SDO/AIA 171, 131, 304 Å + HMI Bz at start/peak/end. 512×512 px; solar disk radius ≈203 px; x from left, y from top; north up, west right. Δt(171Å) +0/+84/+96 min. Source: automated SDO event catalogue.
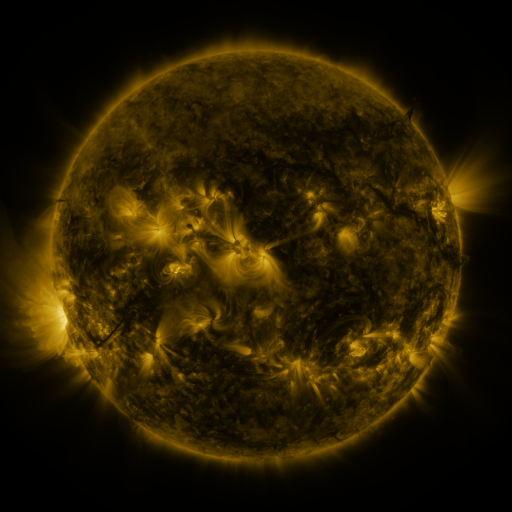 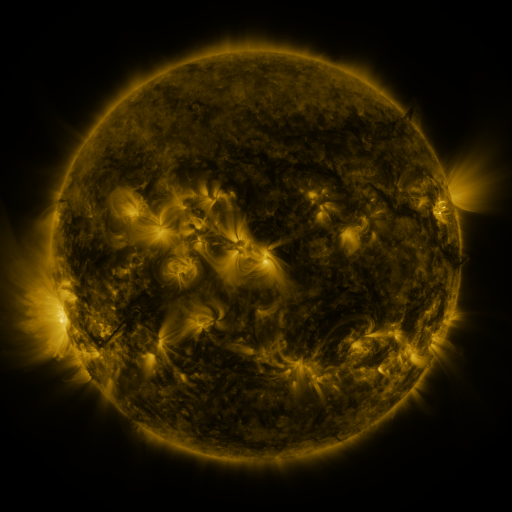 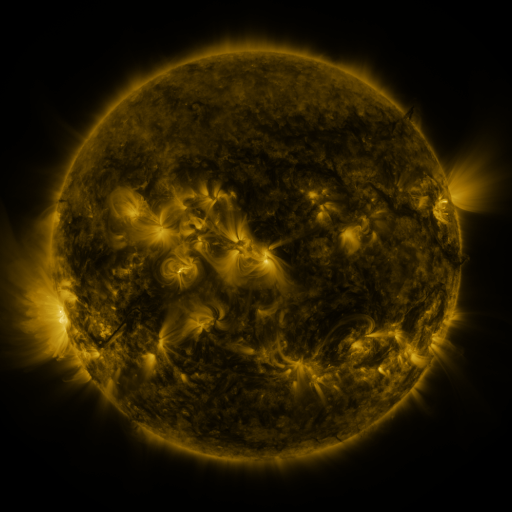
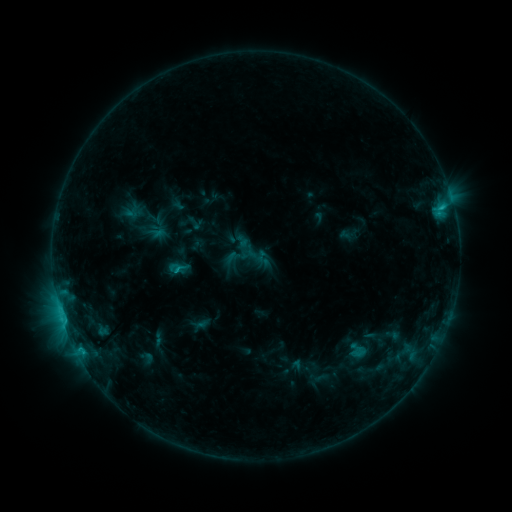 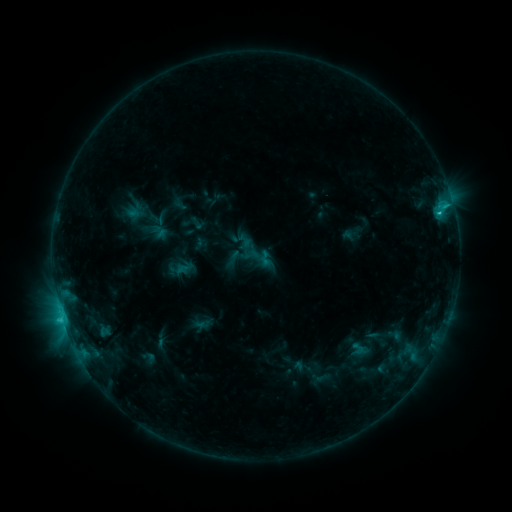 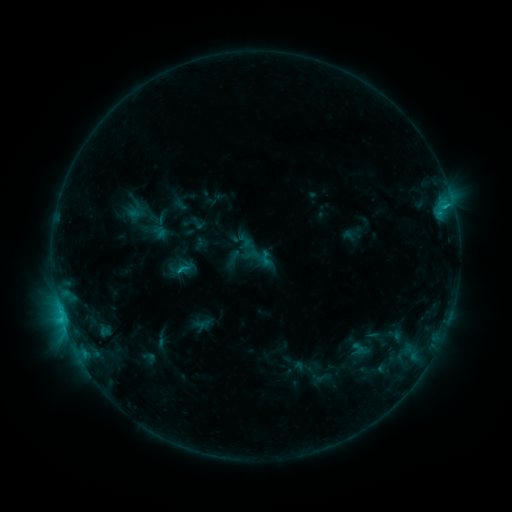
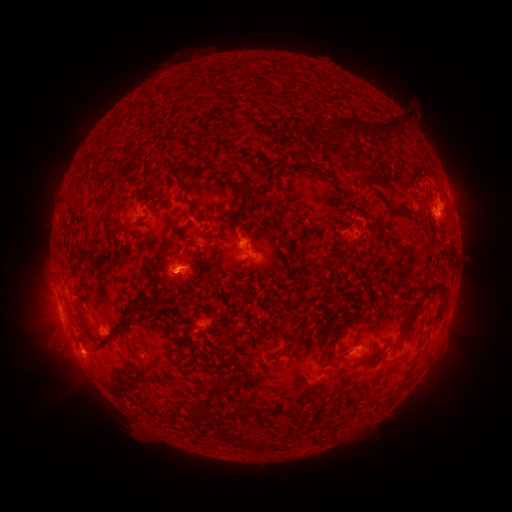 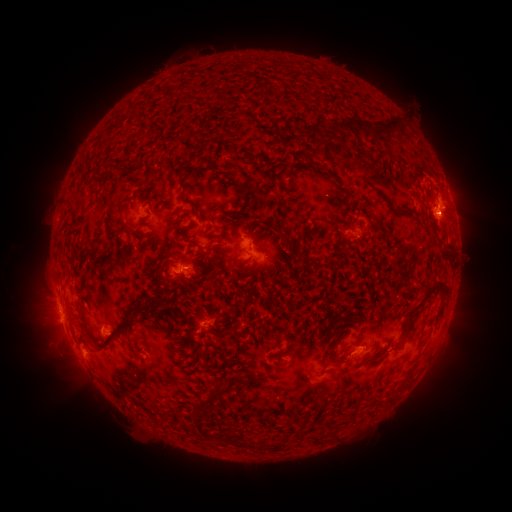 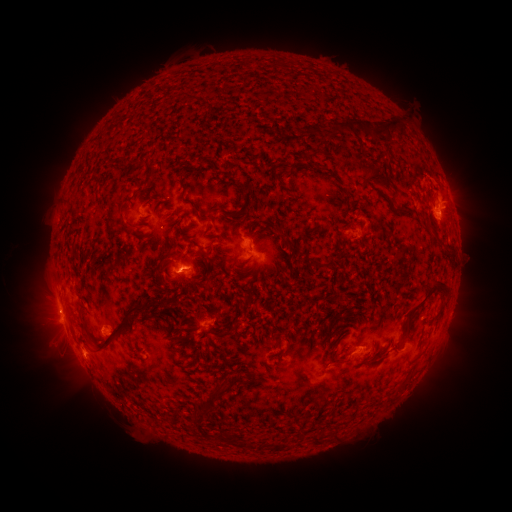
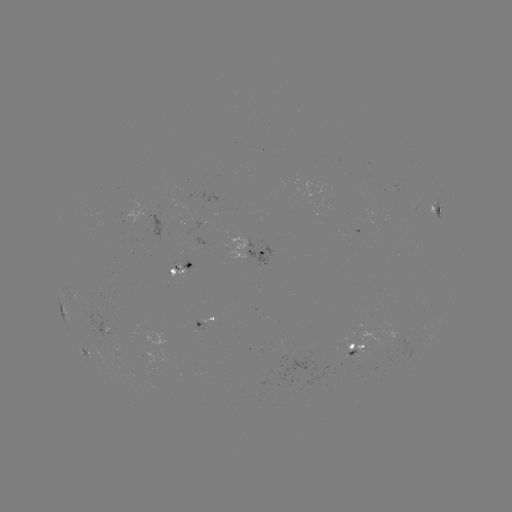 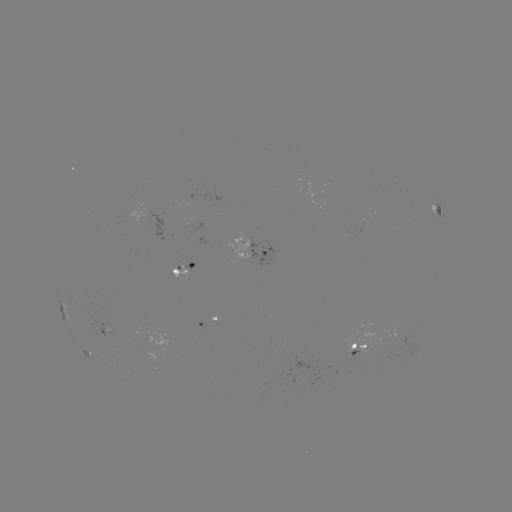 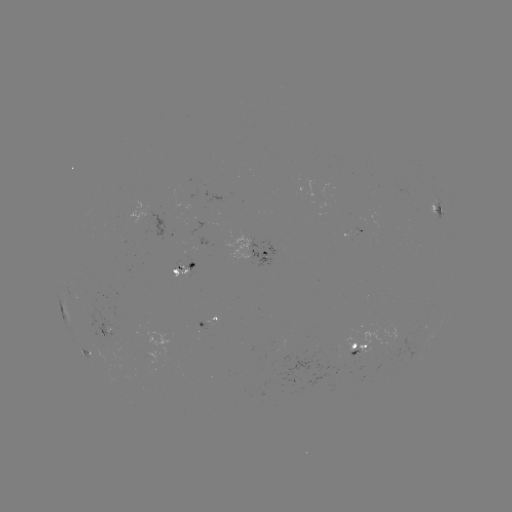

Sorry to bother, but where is emerging-flux region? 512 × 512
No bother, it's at (140, 206).